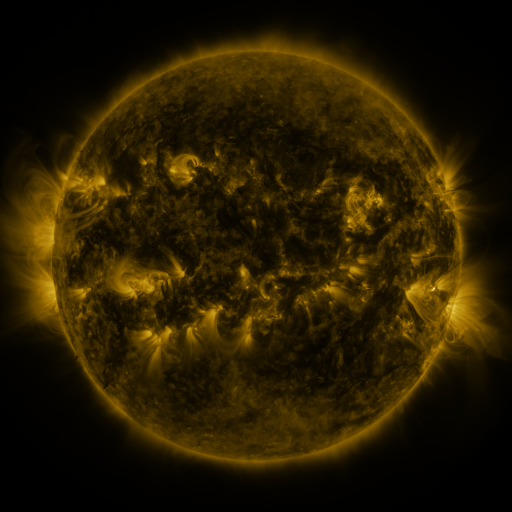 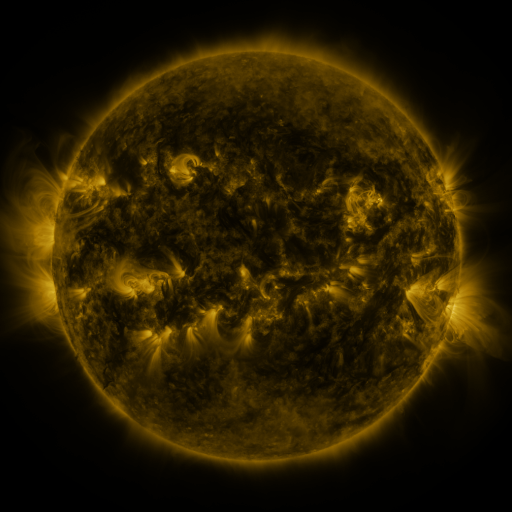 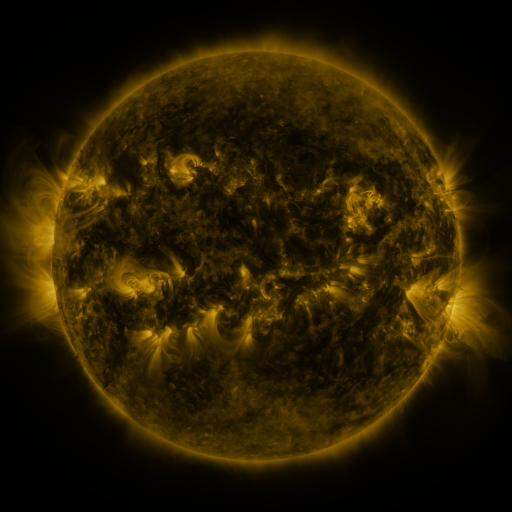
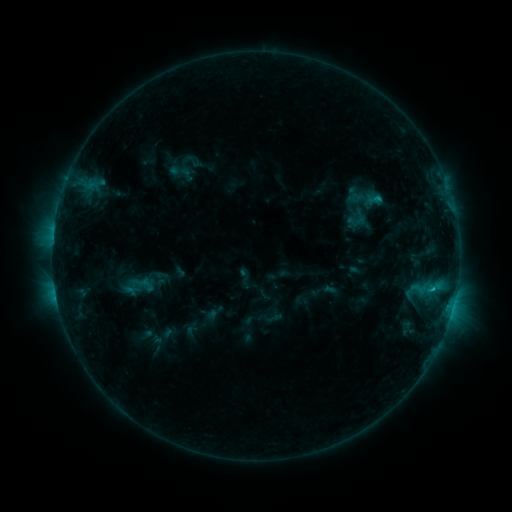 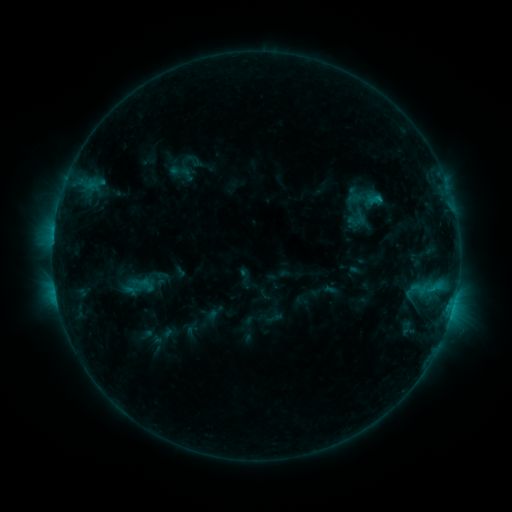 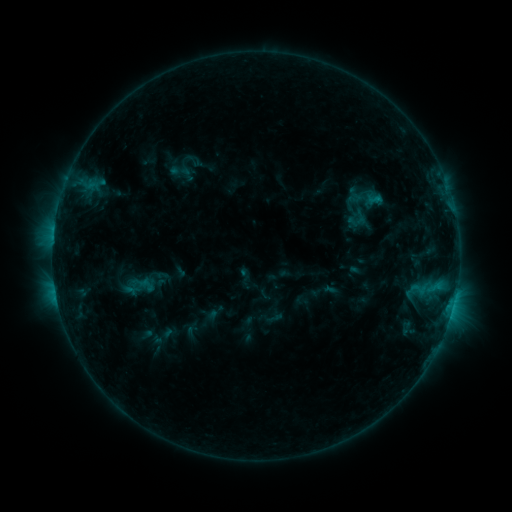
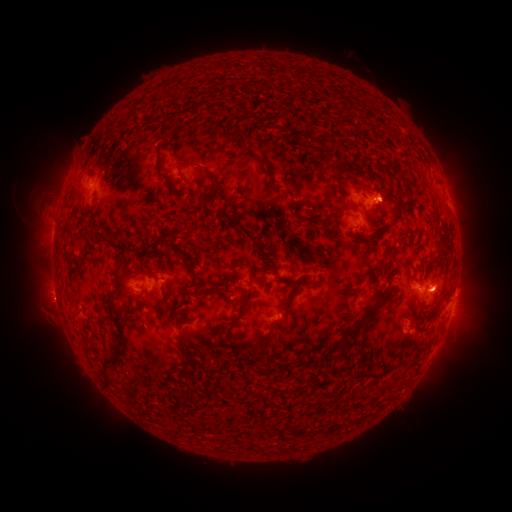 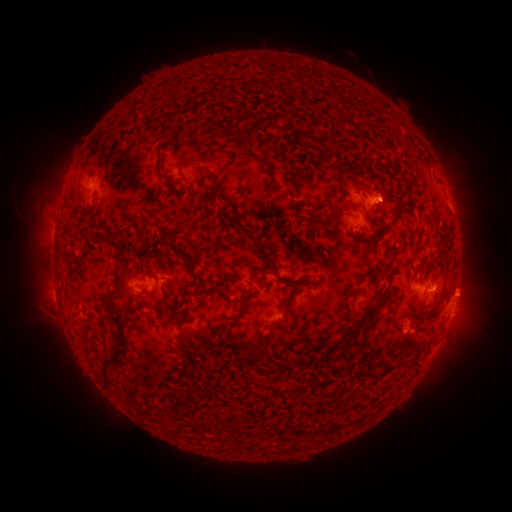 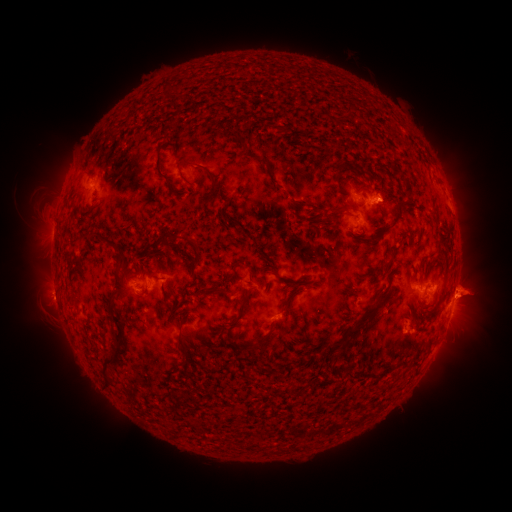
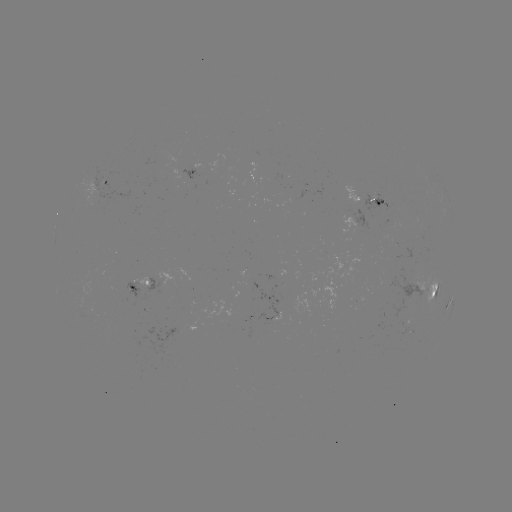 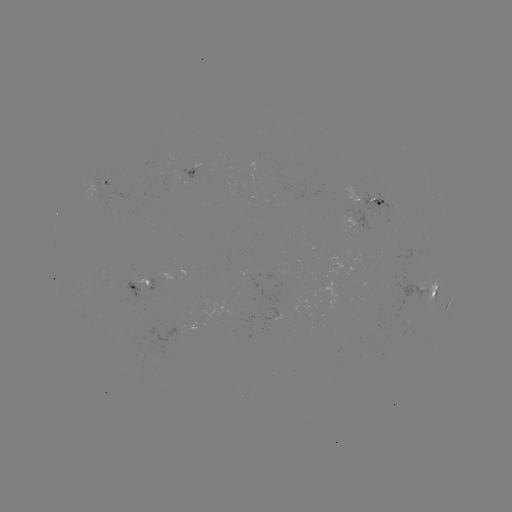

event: eruption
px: (471, 291)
